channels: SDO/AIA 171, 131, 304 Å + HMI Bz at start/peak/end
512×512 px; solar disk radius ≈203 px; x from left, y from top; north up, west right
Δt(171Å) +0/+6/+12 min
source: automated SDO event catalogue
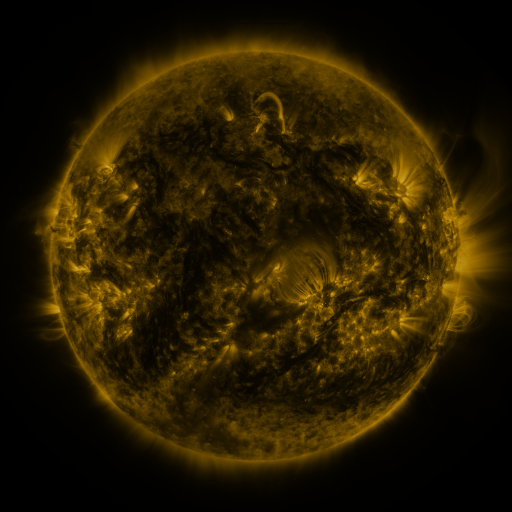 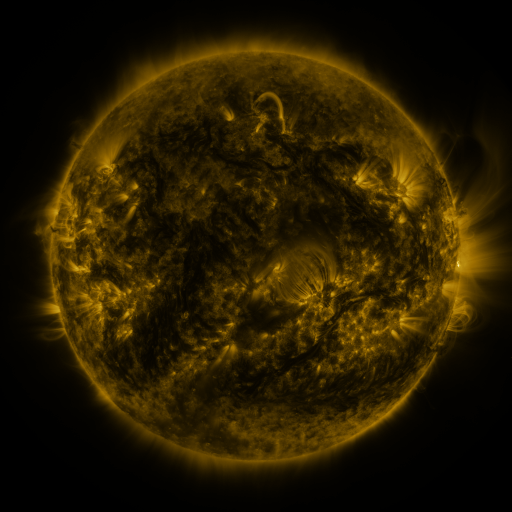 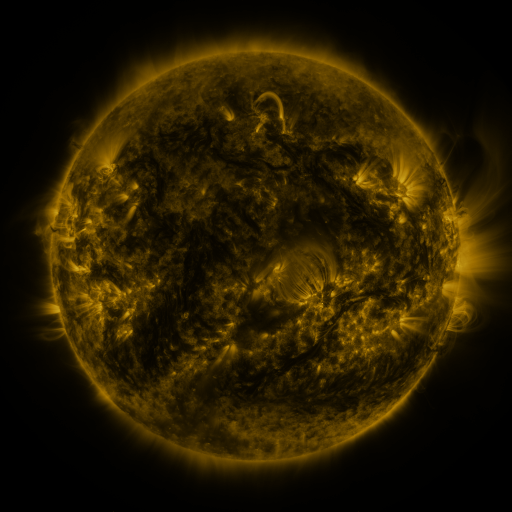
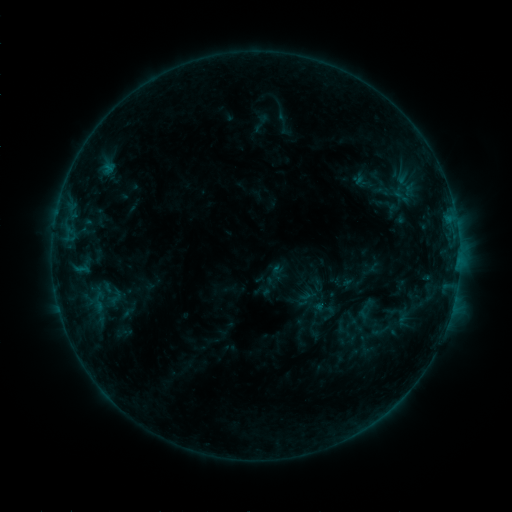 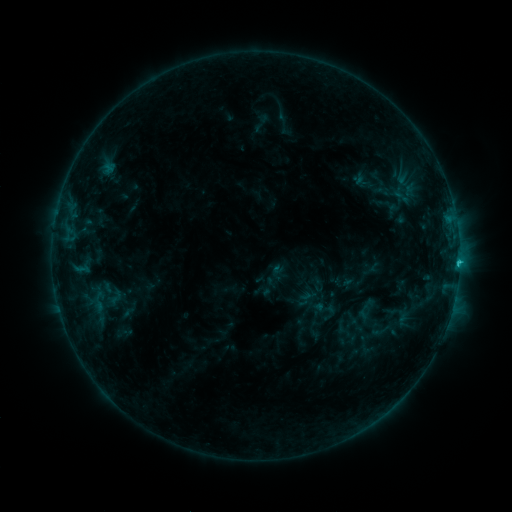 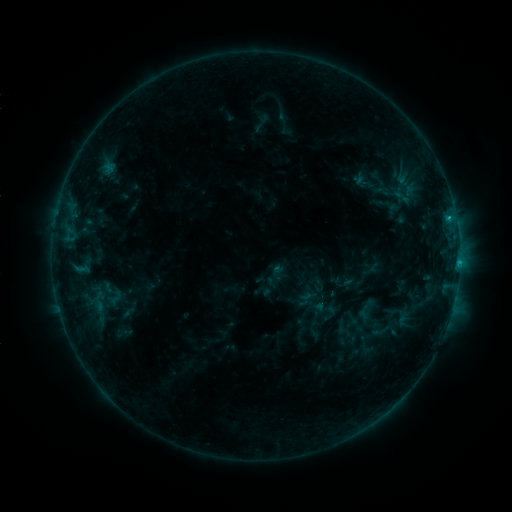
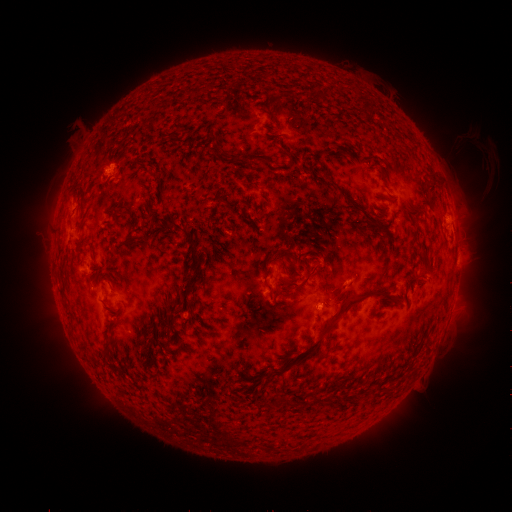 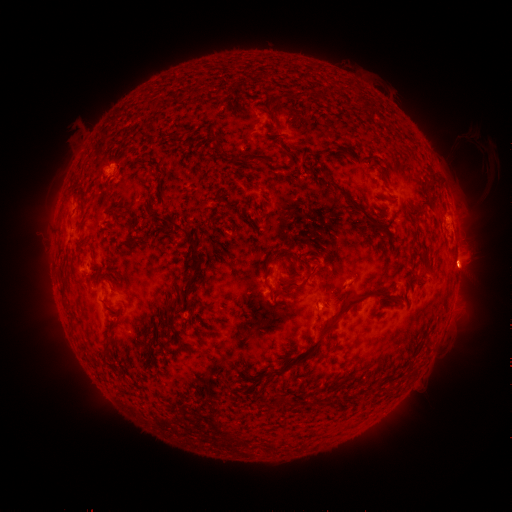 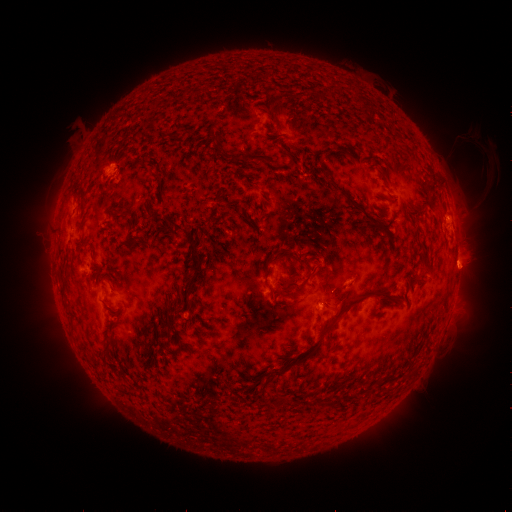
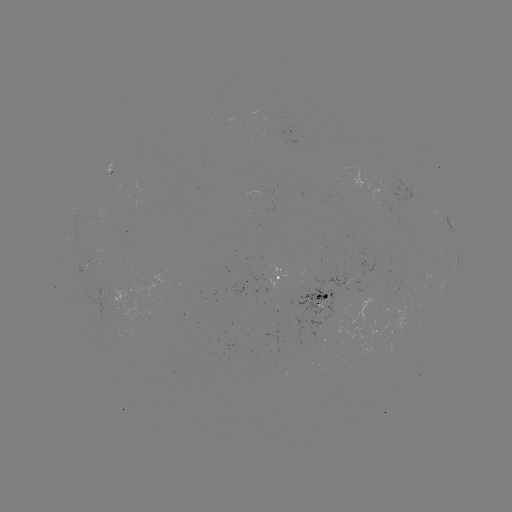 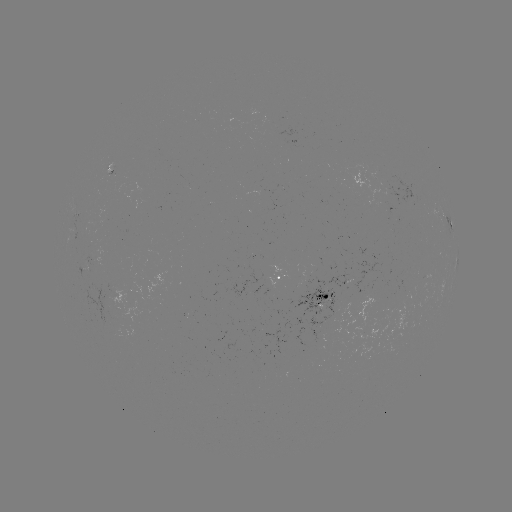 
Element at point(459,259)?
C1.2 flare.